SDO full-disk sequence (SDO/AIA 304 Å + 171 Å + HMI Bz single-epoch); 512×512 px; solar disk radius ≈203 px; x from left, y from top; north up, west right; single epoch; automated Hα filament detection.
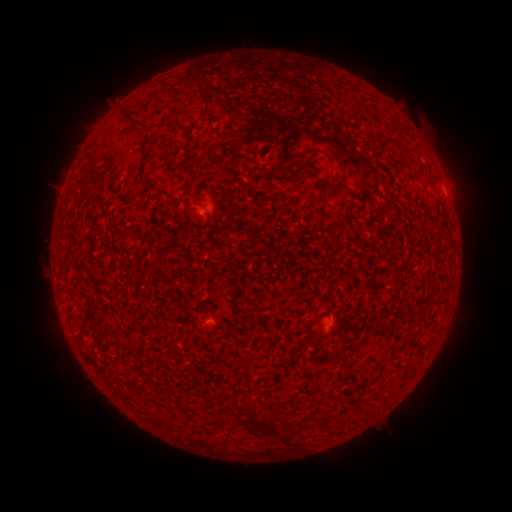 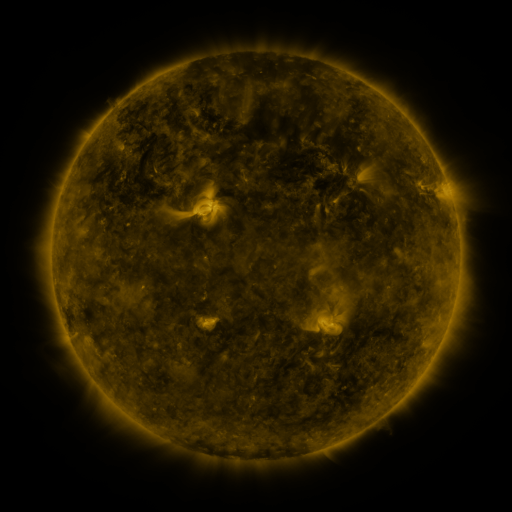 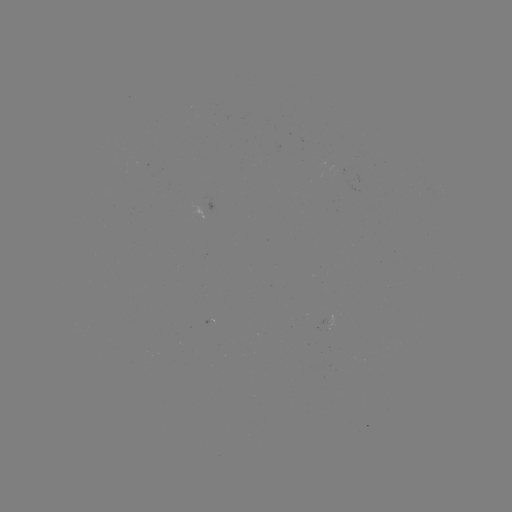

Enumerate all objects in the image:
filament: [198, 85, 212, 103]
filament: [125, 110, 153, 153]
filament: [286, 148, 320, 183]
filament: [337, 151, 348, 174]
filament: [321, 189, 330, 203]
filament: [350, 341, 361, 351]
filament: [244, 403, 255, 422]
filament: [262, 420, 274, 435]
